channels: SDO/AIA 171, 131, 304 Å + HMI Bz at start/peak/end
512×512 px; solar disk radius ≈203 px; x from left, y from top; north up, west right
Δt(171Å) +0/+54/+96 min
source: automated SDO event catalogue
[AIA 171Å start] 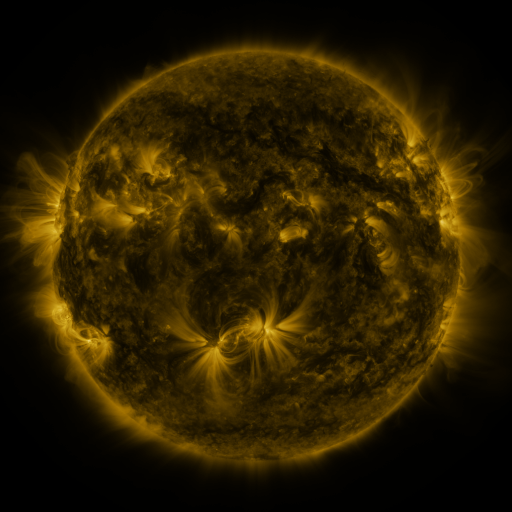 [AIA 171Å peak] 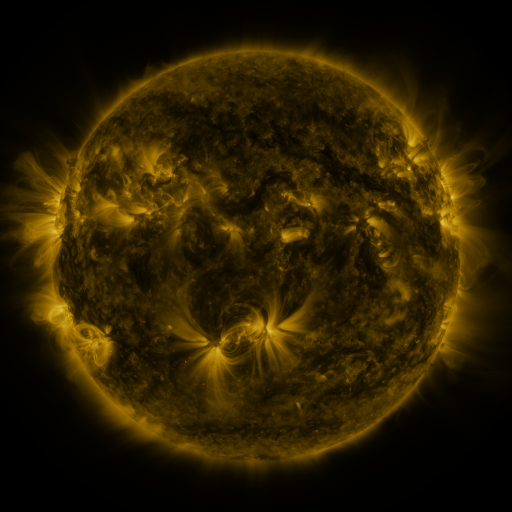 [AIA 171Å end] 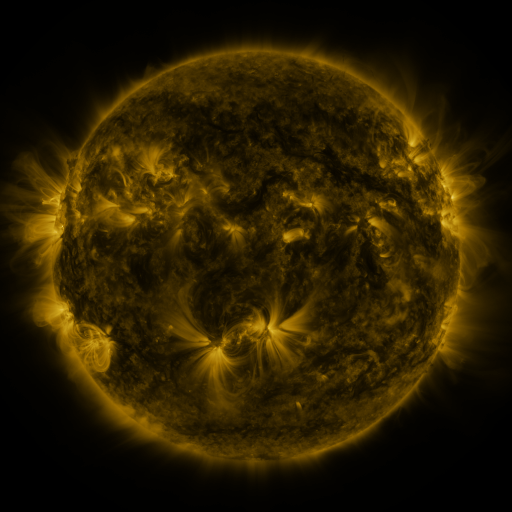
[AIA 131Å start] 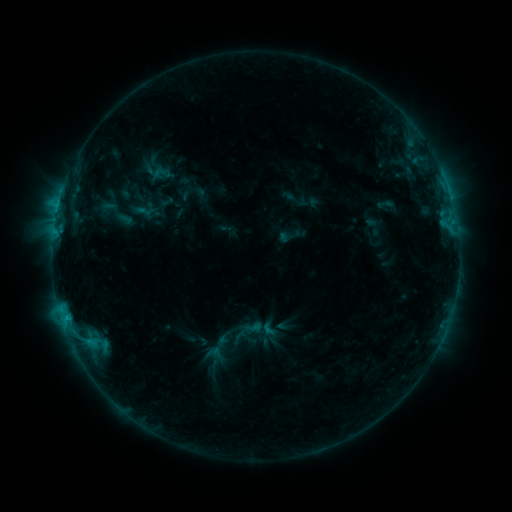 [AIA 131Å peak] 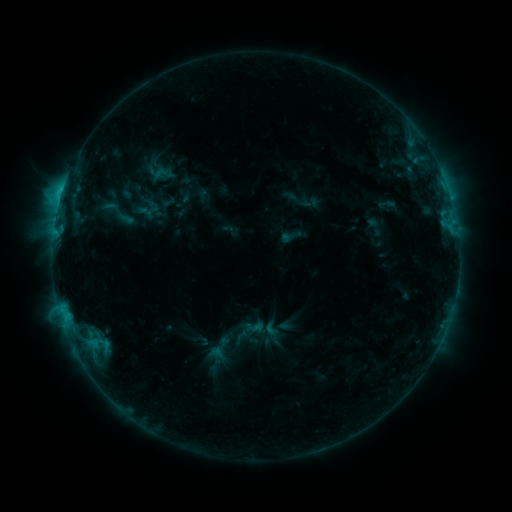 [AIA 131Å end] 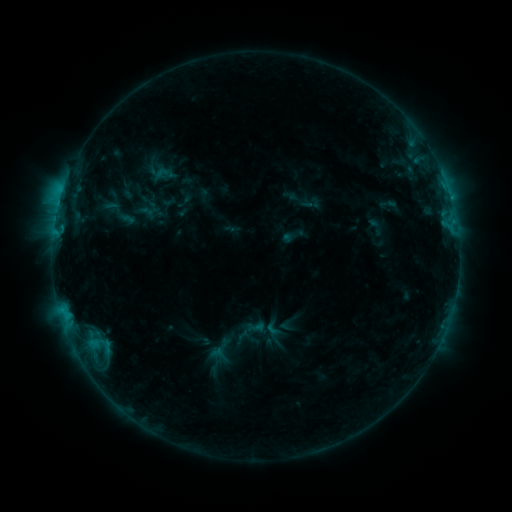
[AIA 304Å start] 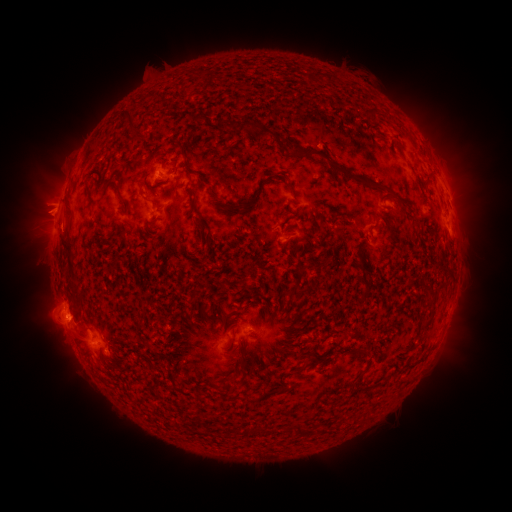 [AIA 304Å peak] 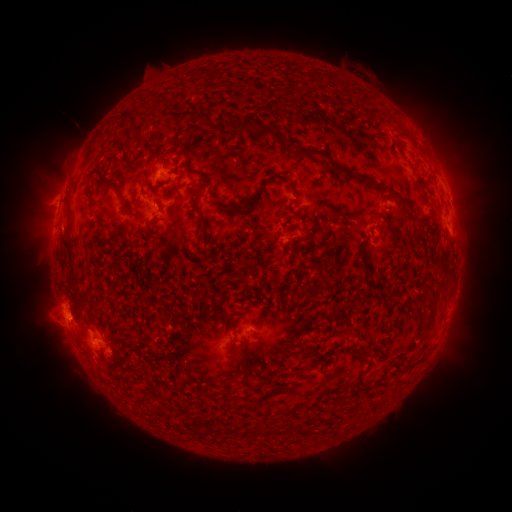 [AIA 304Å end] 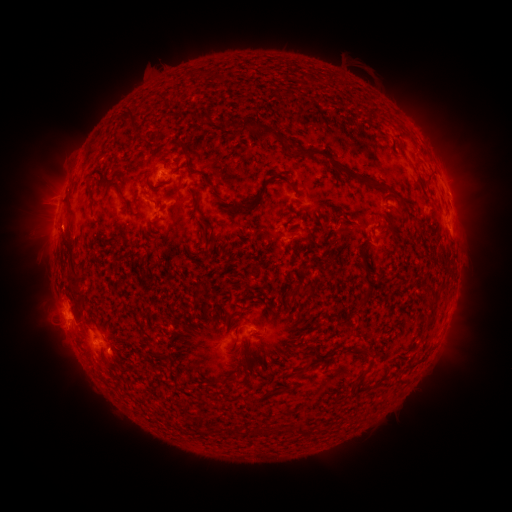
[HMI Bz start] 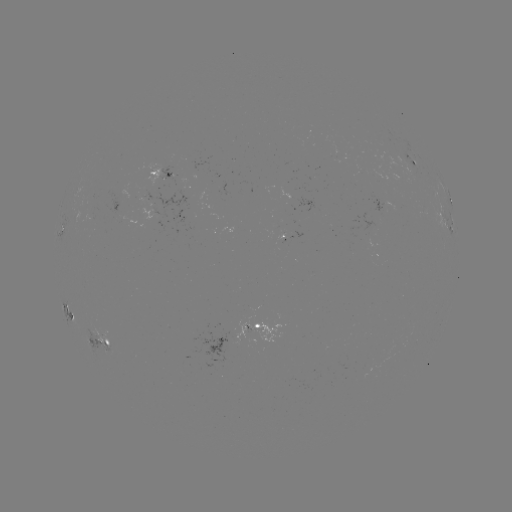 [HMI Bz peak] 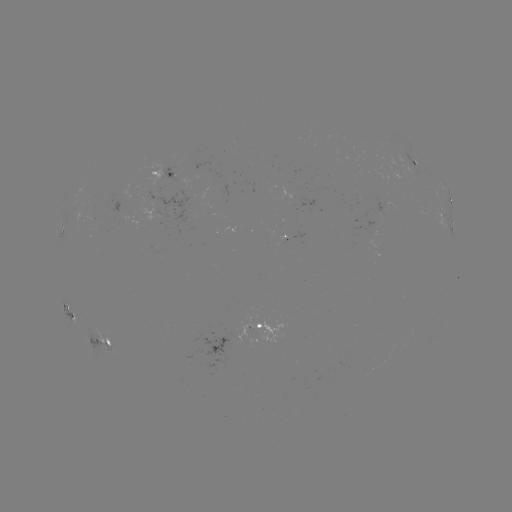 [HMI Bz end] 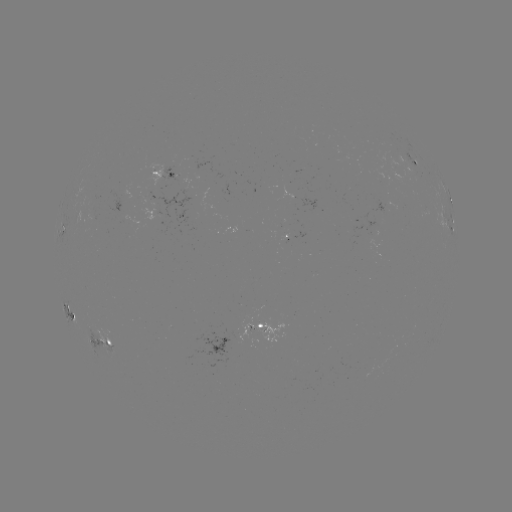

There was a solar flare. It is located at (63, 190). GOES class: C2.2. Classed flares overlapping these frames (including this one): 2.